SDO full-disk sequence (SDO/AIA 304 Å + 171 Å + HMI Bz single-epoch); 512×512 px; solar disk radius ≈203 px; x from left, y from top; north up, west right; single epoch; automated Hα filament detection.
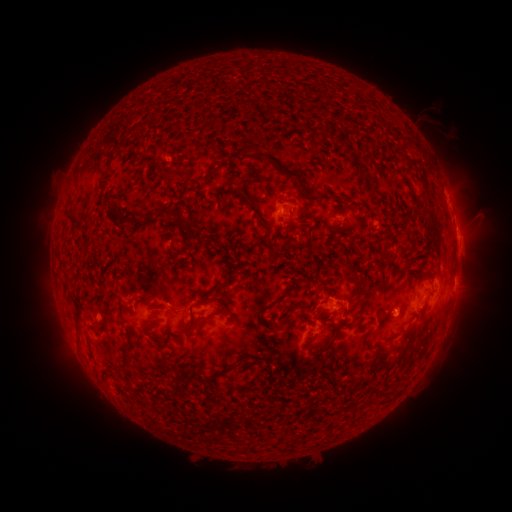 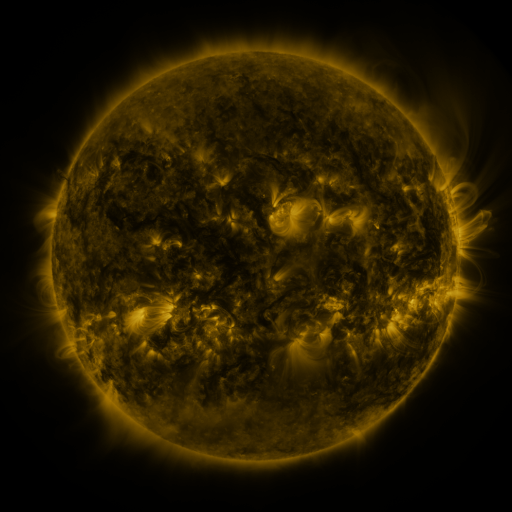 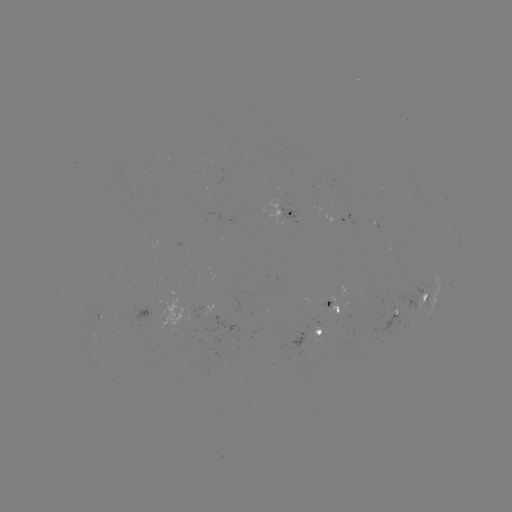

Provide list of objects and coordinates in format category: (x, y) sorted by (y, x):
filament: (243, 103)
filament: (363, 172)
filament: (210, 174)
filament: (294, 175)
filament: (407, 181)
filament: (424, 183)
filament: (372, 185)
filament: (250, 209)
filament: (175, 219)
filament: (123, 221)
filament: (433, 223)
filament: (311, 239)
filament: (400, 245)
filament: (173, 259)
filament: (64, 269)
filament: (223, 285)
filament: (354, 292)
filament: (229, 301)
filament: (221, 307)
filament: (264, 309)
filament: (201, 319)
filament: (122, 320)
filament: (156, 321)
filament: (190, 330)
filament: (332, 340)
filament: (89, 341)
filament: (407, 354)
filament: (127, 355)
filament: (397, 356)
filament: (227, 371)
